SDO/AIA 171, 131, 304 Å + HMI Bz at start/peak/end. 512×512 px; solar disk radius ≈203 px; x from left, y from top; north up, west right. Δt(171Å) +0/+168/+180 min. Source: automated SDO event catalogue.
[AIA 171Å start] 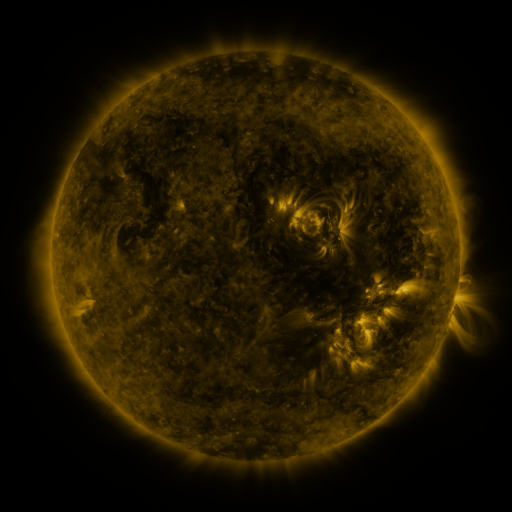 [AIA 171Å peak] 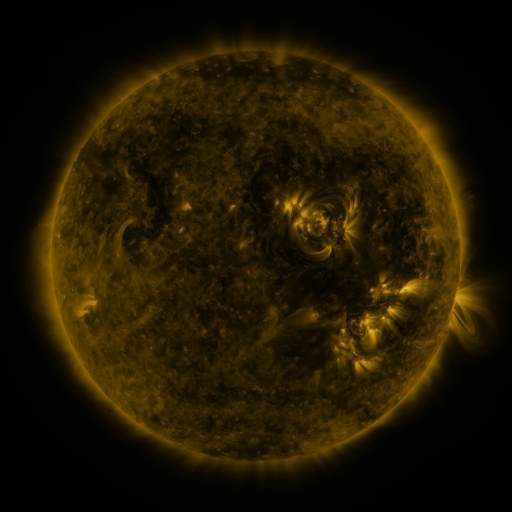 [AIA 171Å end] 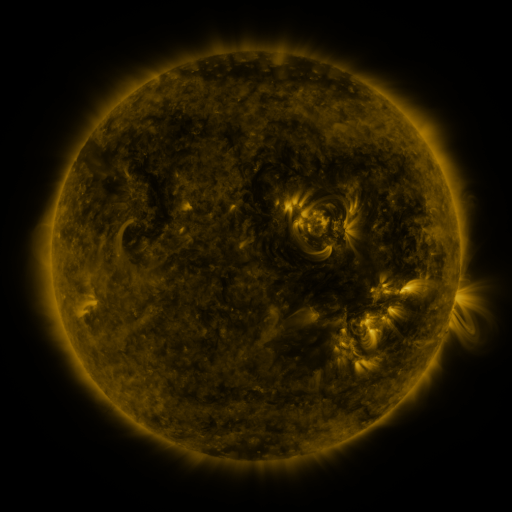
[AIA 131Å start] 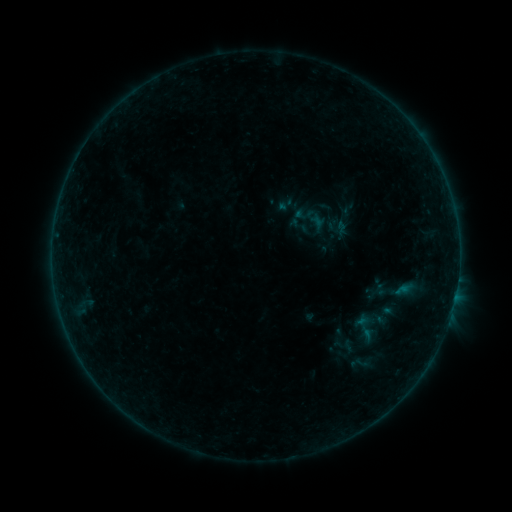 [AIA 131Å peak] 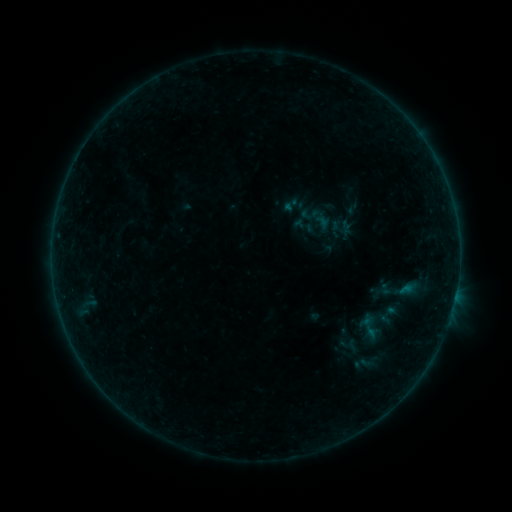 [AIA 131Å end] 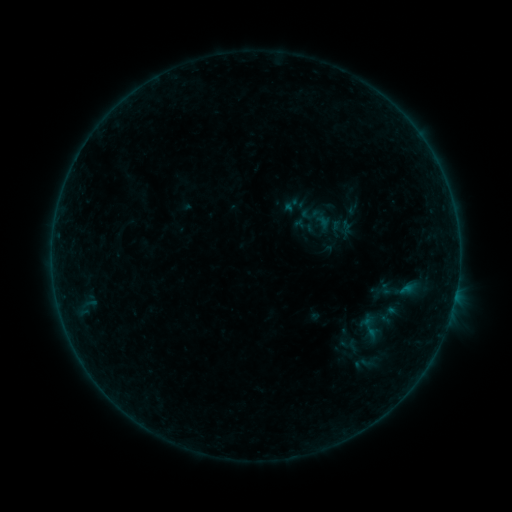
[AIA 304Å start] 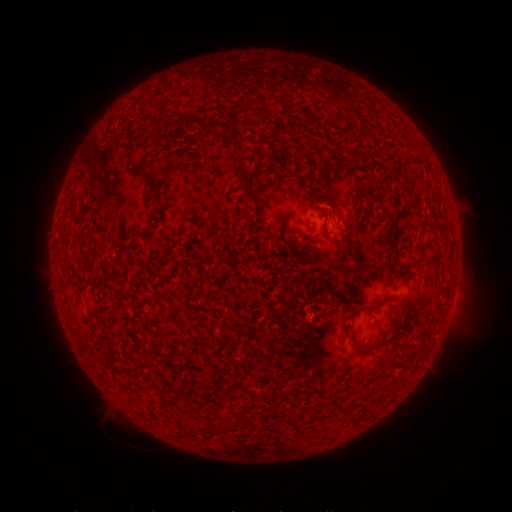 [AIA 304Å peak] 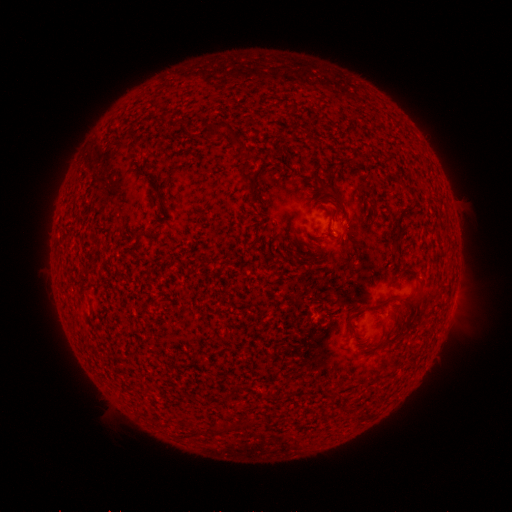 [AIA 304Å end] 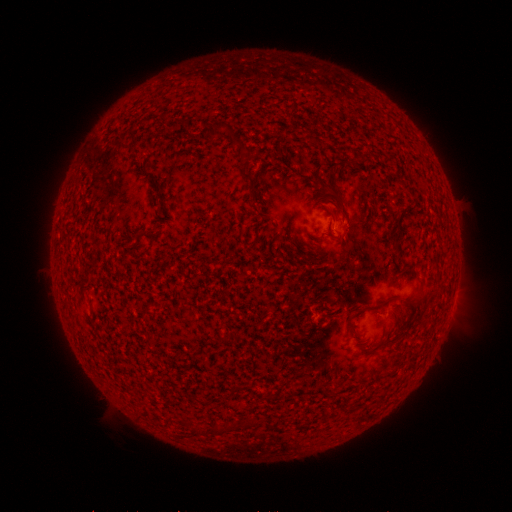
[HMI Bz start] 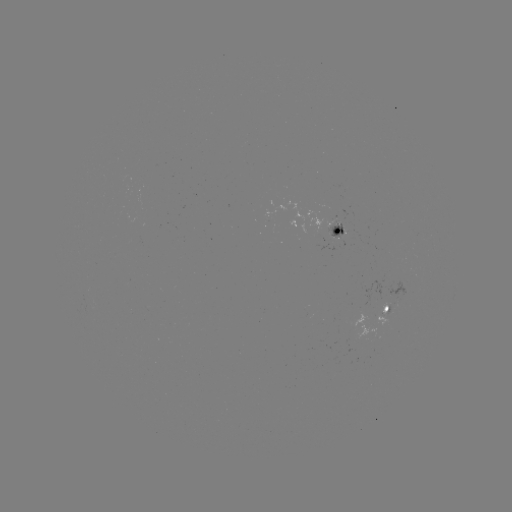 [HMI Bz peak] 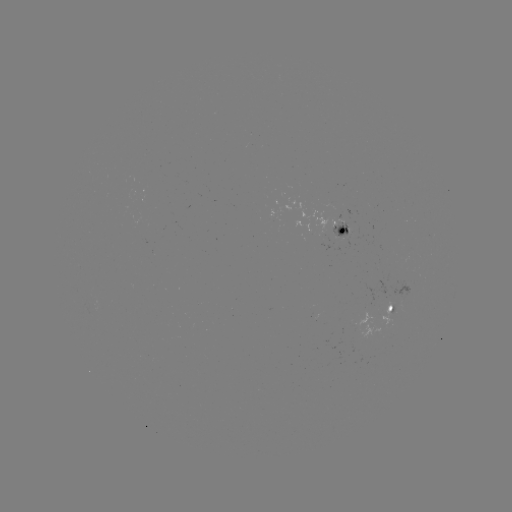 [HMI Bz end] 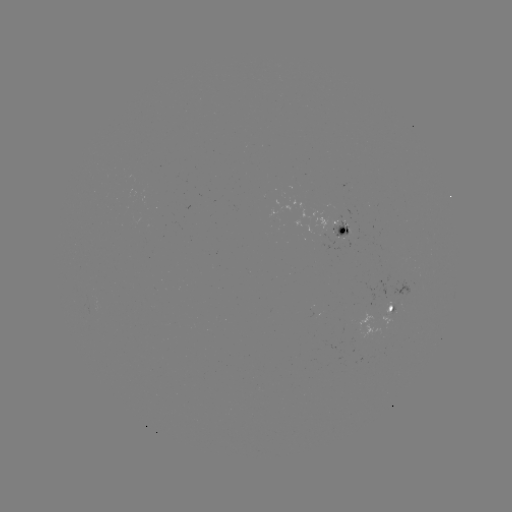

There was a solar emerging-flux region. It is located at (342, 235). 